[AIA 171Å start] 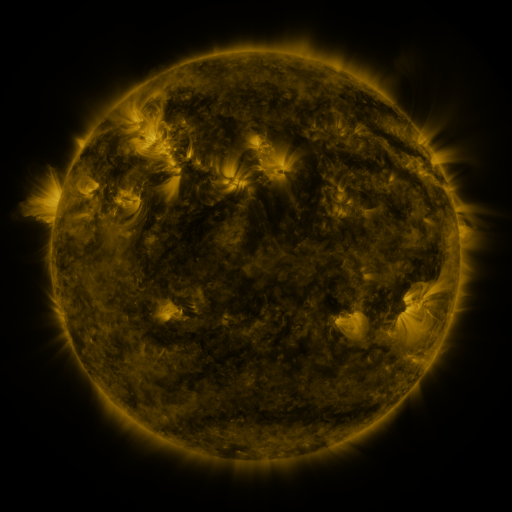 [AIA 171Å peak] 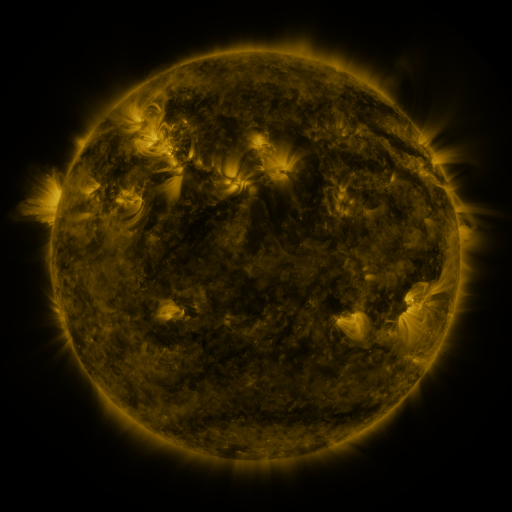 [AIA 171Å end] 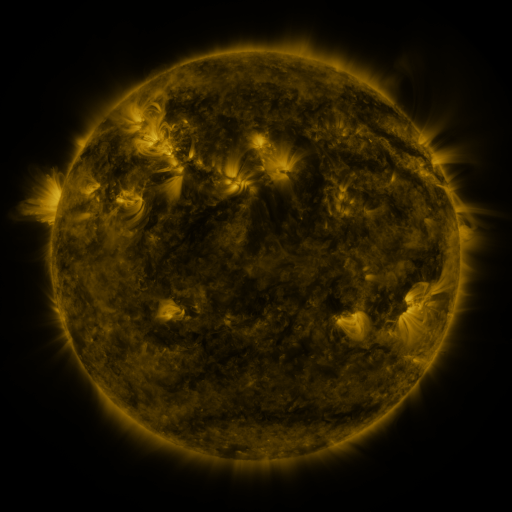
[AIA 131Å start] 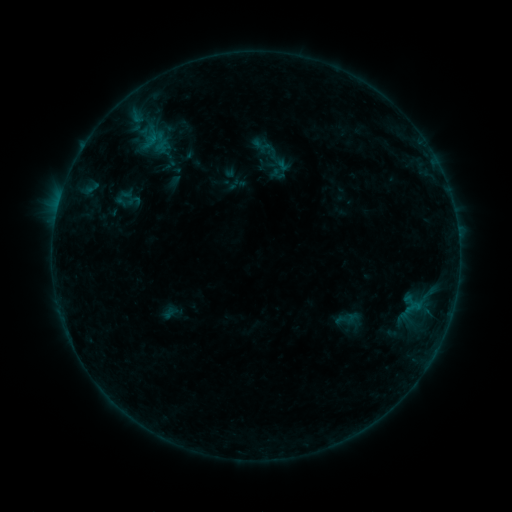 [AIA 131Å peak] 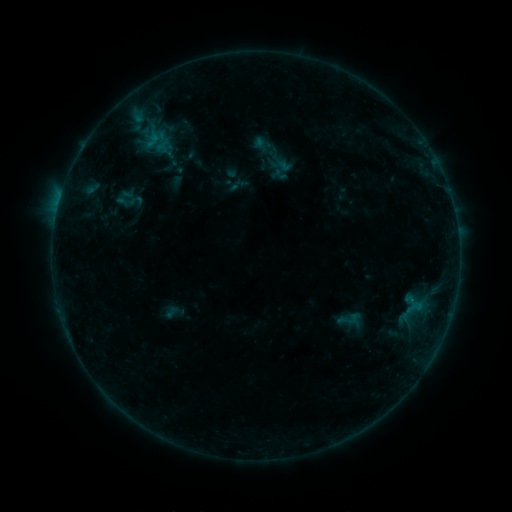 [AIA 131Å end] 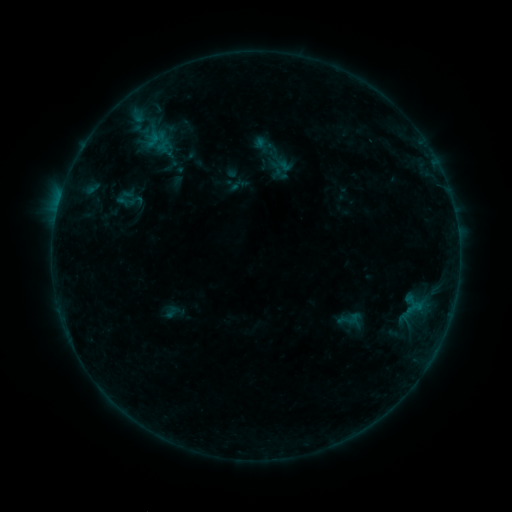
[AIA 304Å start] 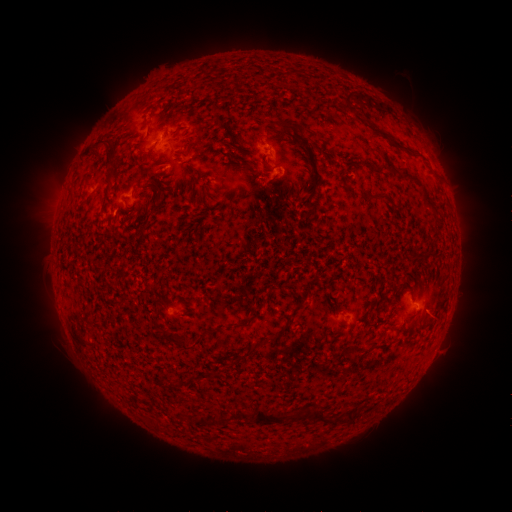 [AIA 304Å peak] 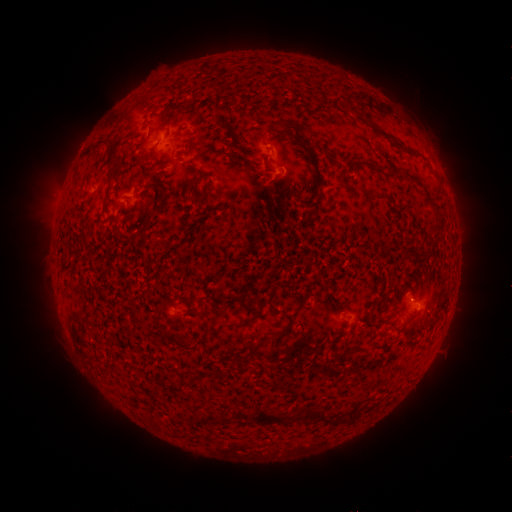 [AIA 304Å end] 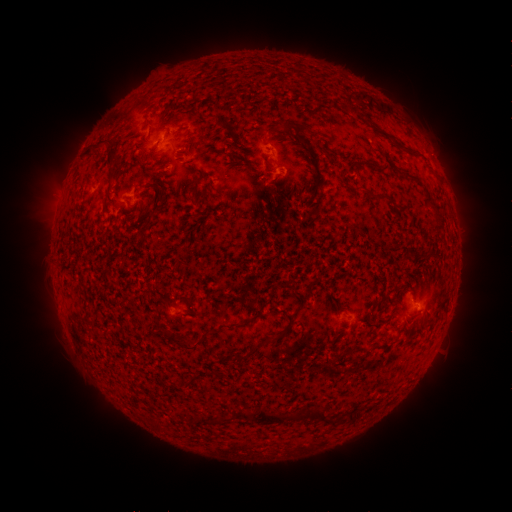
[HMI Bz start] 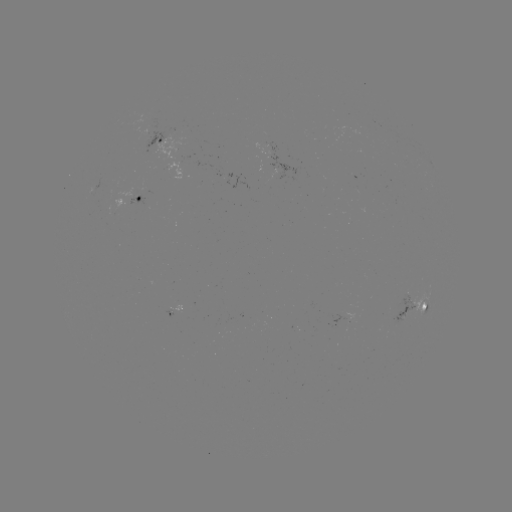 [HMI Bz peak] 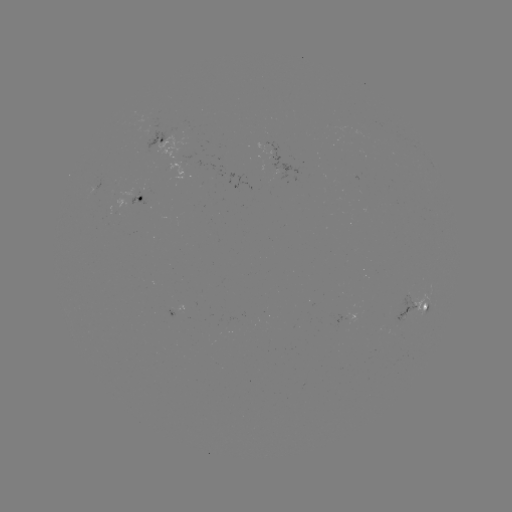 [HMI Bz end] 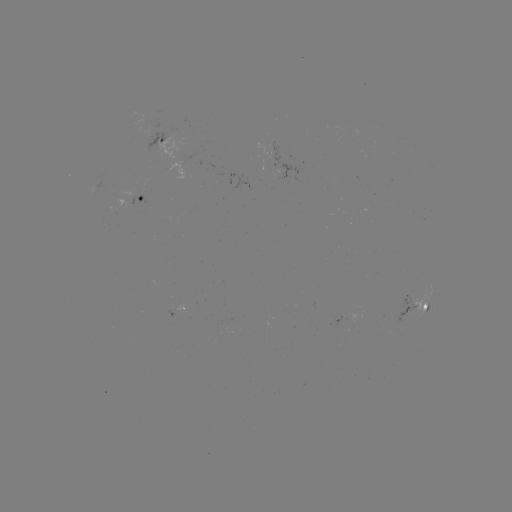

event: emerging-flux region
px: (180, 166)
